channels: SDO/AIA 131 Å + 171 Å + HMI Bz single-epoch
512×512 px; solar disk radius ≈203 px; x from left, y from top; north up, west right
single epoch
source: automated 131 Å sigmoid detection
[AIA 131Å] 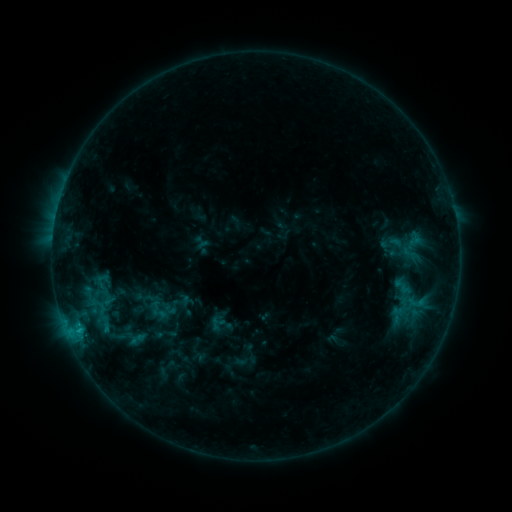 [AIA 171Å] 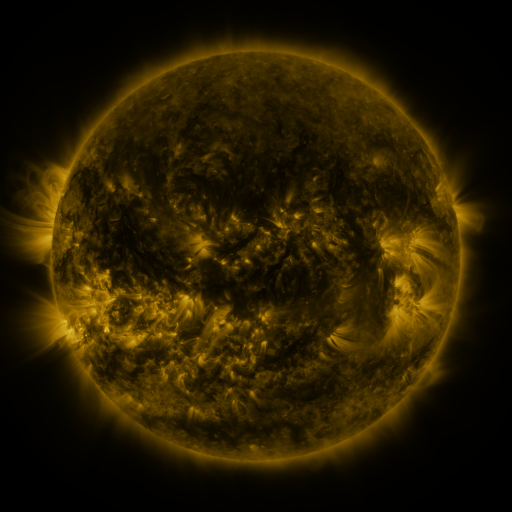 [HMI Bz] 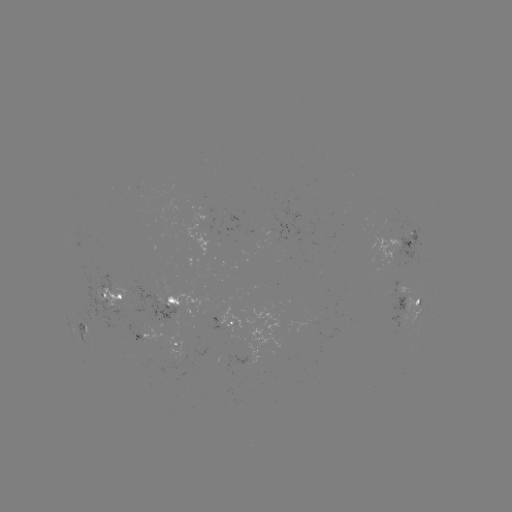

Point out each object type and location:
sigmoid: [405, 231, 424, 247]
sigmoid: [104, 322, 137, 348]
